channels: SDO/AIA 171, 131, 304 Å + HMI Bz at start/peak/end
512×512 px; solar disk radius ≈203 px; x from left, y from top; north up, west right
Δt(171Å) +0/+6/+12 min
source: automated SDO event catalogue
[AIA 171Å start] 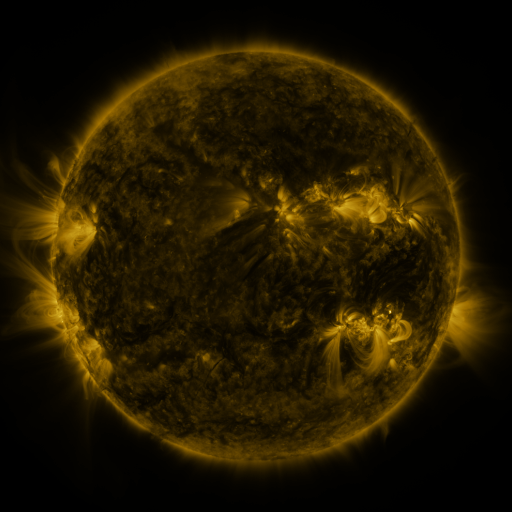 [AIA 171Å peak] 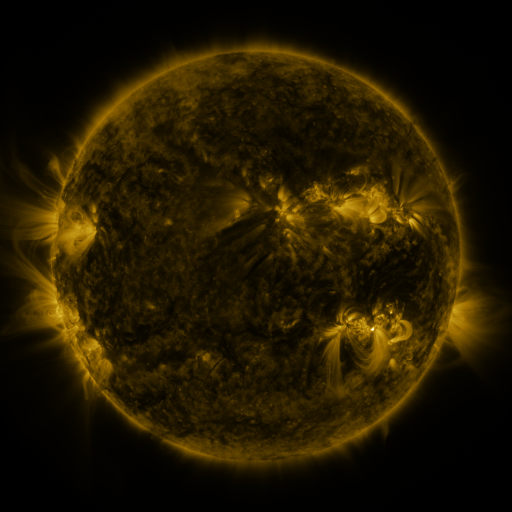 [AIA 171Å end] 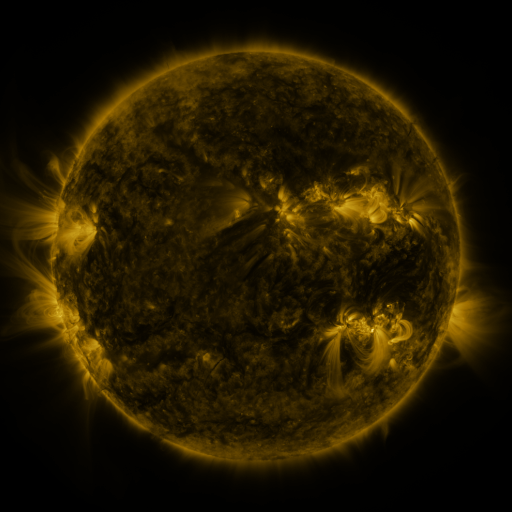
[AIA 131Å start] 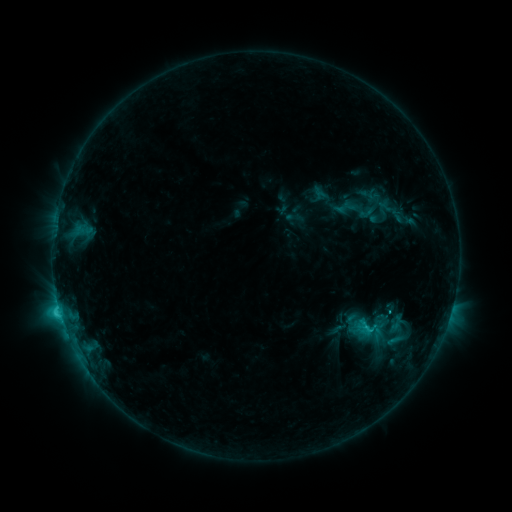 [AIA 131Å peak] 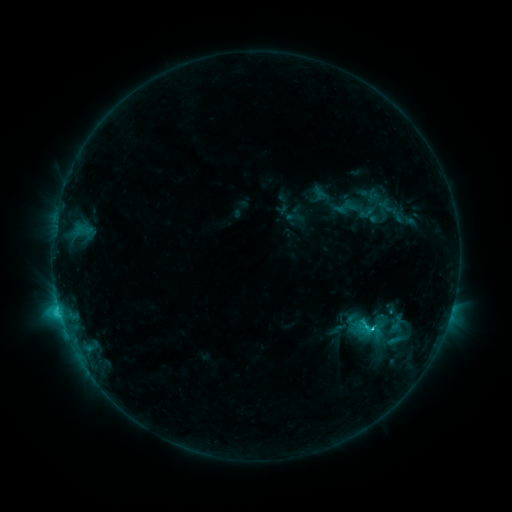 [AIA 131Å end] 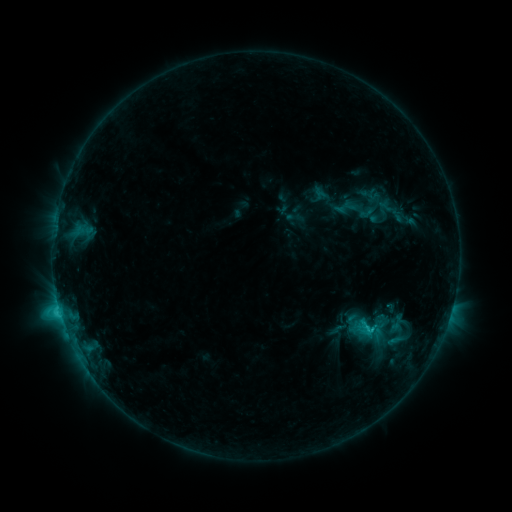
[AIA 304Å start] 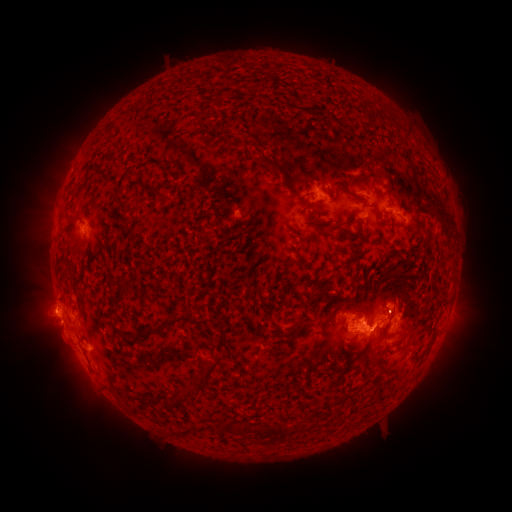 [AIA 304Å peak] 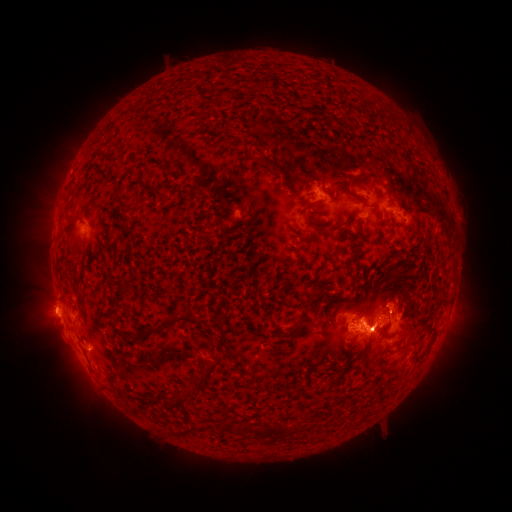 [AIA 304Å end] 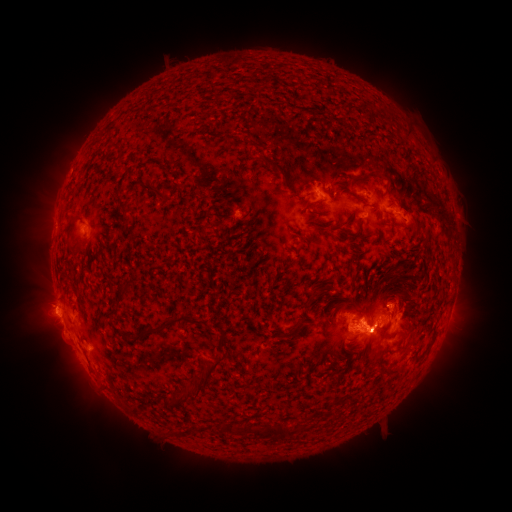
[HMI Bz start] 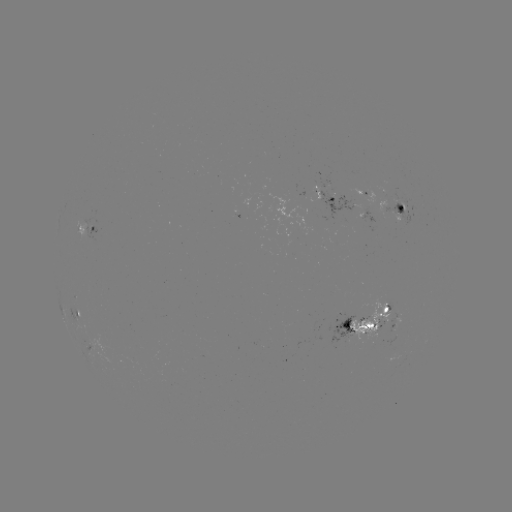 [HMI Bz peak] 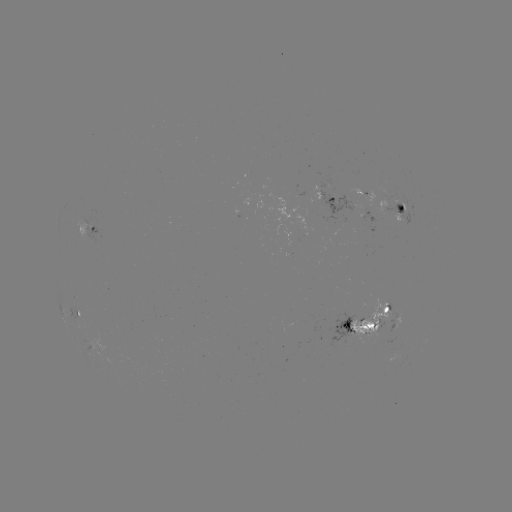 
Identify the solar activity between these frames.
eruption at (371, 351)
